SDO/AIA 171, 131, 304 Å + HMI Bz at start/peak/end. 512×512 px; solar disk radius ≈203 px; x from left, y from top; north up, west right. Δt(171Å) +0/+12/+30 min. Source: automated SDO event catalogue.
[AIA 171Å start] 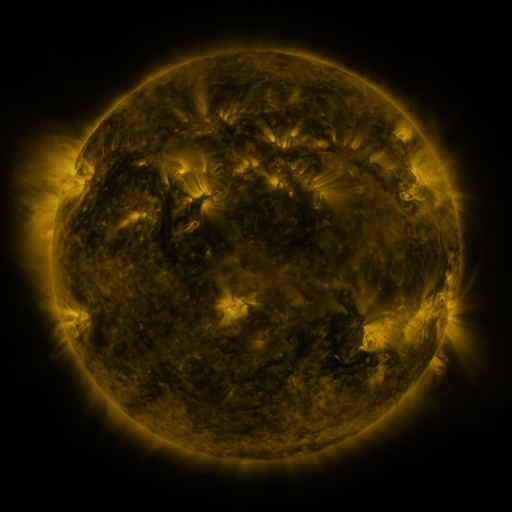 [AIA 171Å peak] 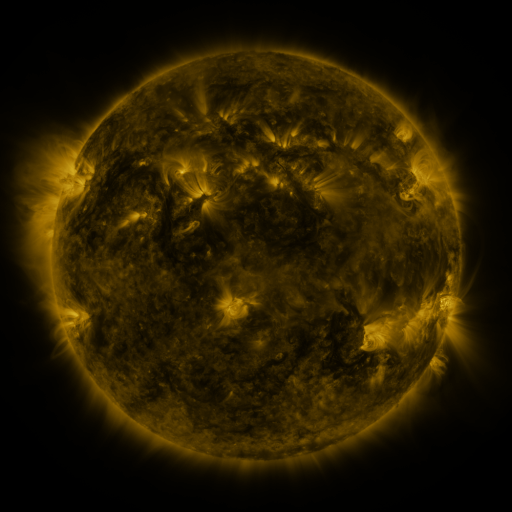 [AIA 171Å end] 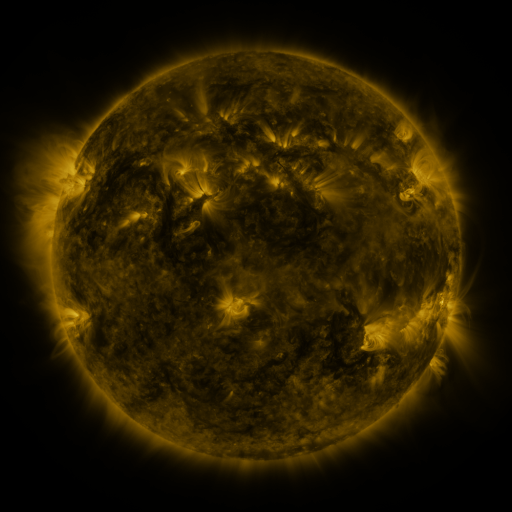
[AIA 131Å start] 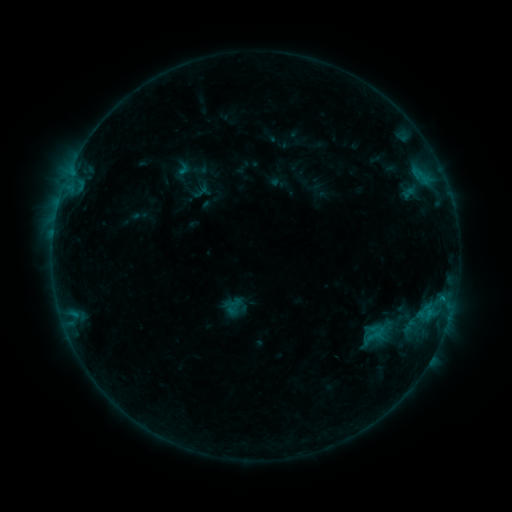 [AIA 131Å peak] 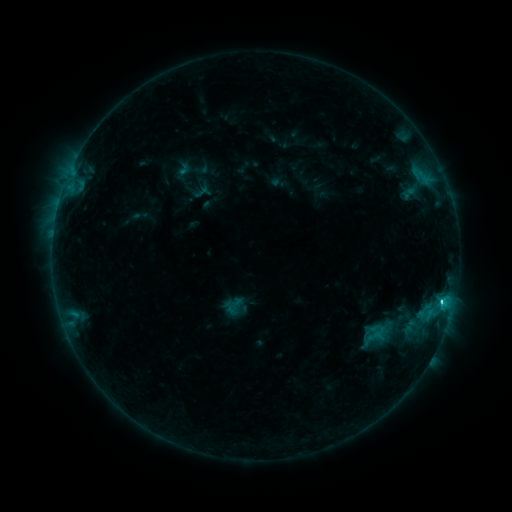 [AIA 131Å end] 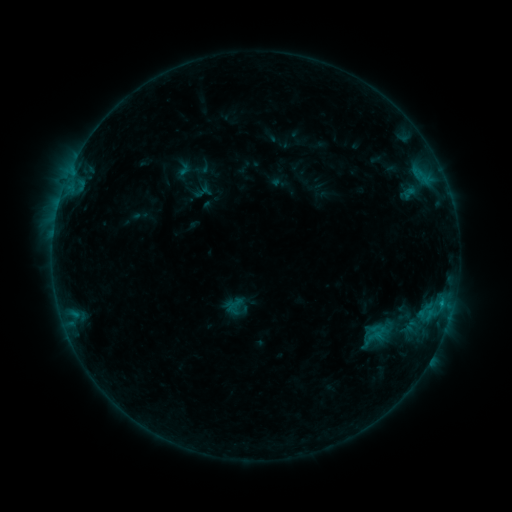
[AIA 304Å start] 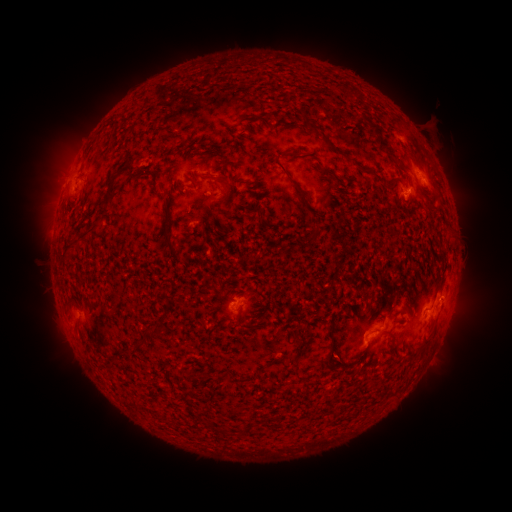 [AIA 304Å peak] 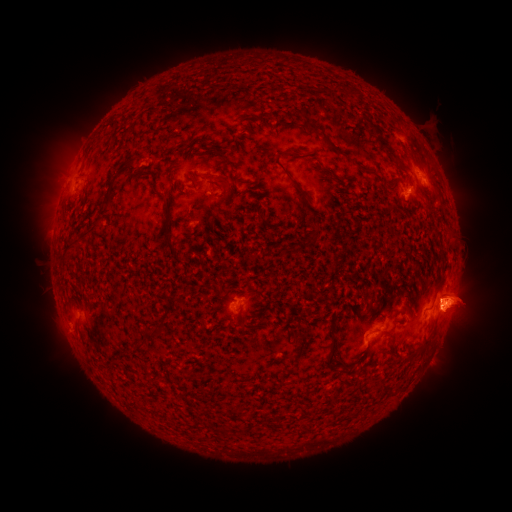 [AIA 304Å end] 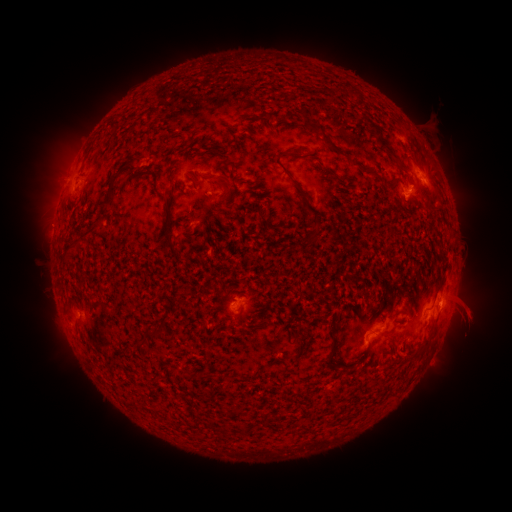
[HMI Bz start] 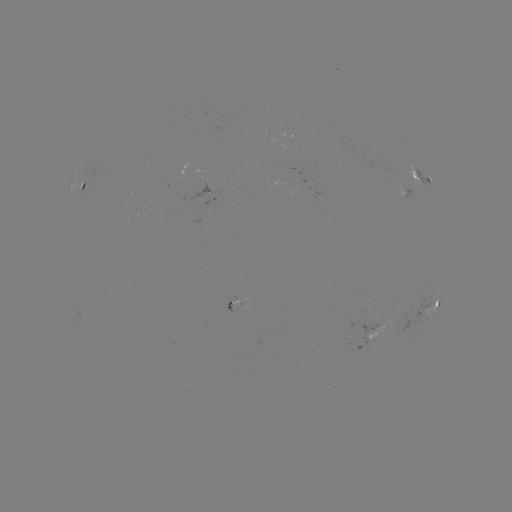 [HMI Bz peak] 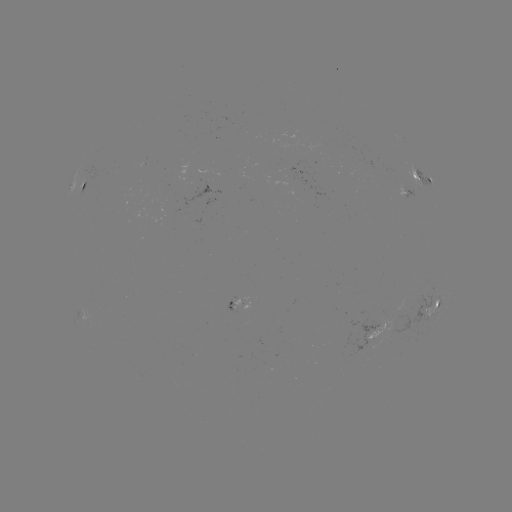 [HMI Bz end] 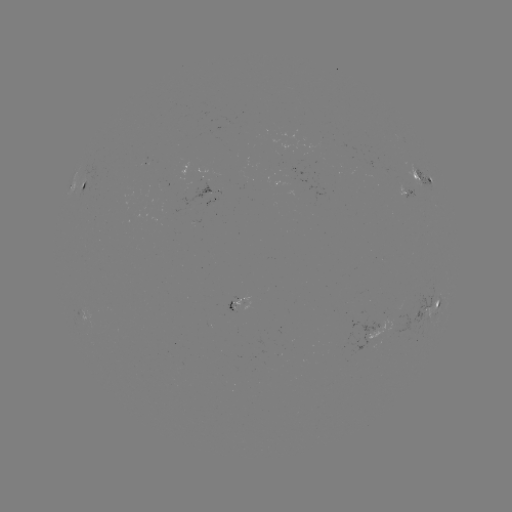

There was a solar eruption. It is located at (458, 309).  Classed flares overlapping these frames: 1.